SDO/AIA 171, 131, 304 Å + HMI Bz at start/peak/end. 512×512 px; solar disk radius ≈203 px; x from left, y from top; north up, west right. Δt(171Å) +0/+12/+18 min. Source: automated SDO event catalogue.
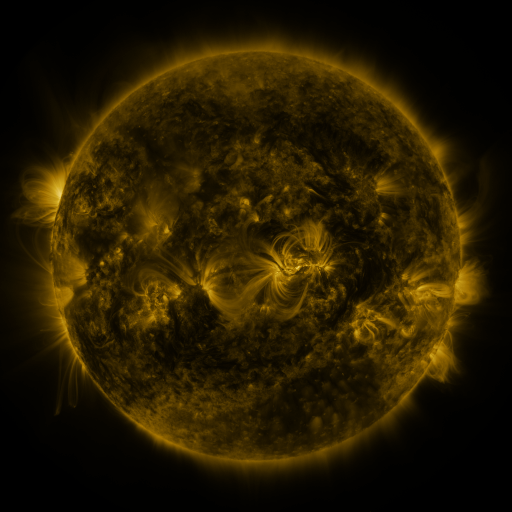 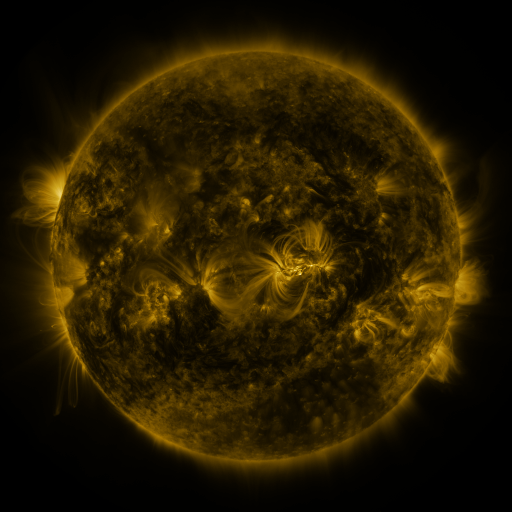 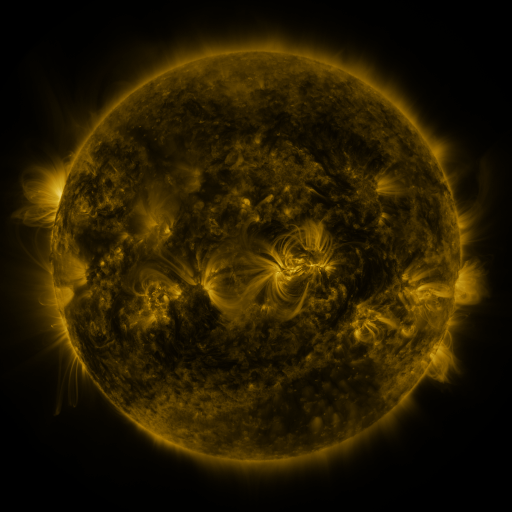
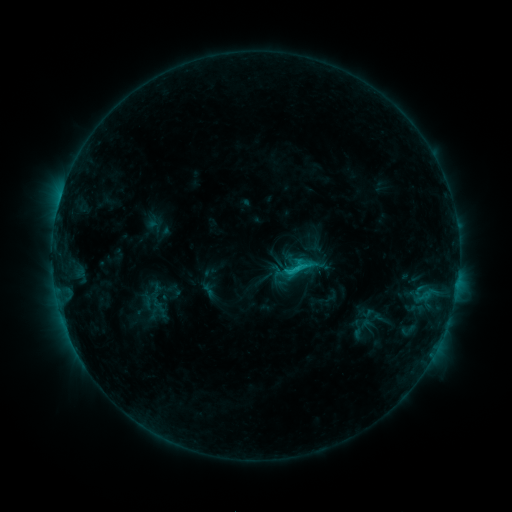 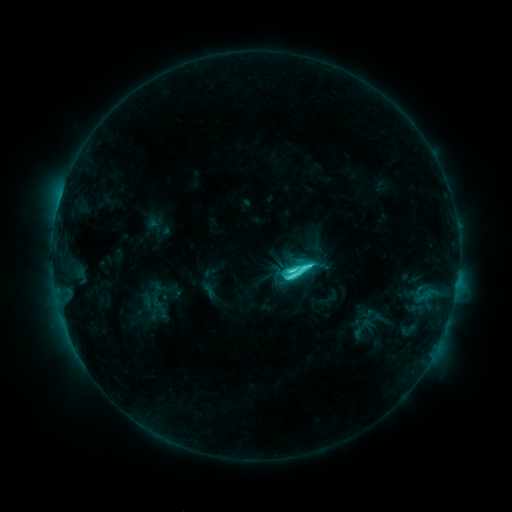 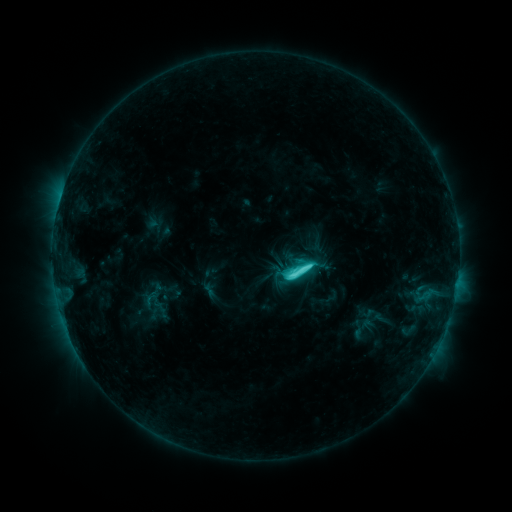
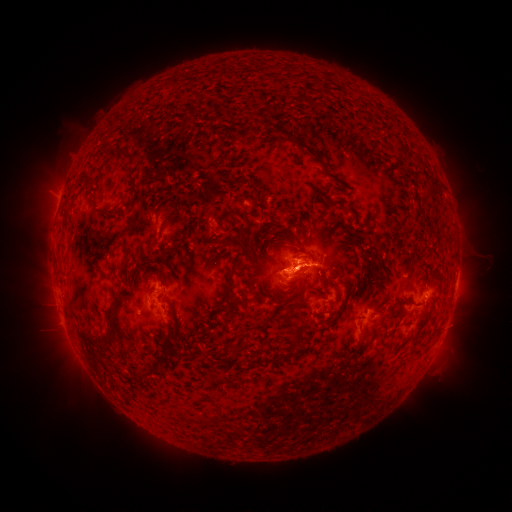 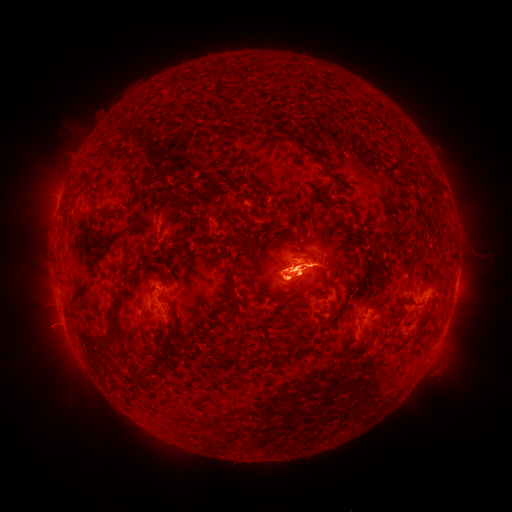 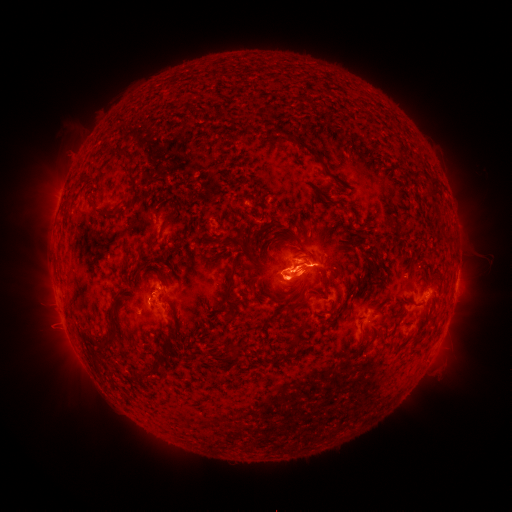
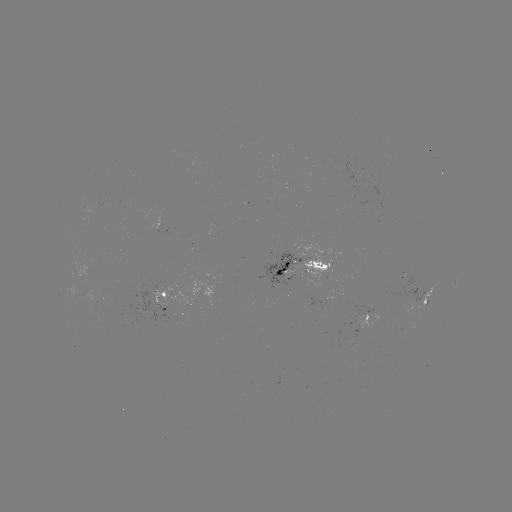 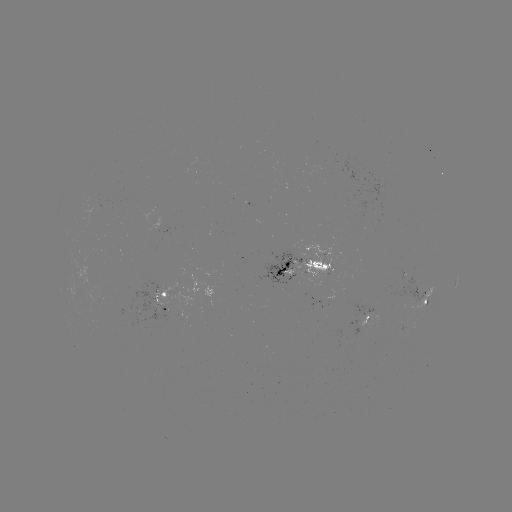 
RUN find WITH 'C7.4 flare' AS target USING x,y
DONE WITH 291,268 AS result